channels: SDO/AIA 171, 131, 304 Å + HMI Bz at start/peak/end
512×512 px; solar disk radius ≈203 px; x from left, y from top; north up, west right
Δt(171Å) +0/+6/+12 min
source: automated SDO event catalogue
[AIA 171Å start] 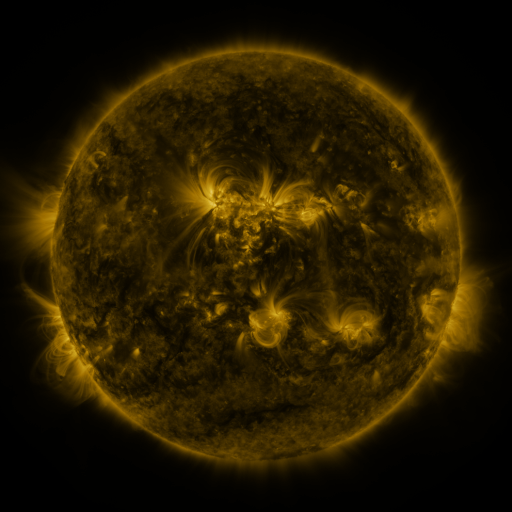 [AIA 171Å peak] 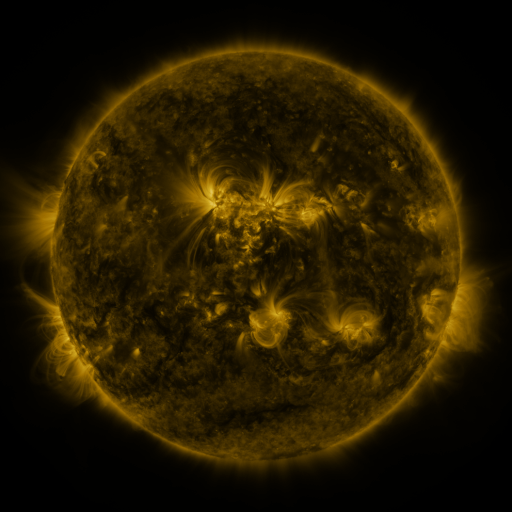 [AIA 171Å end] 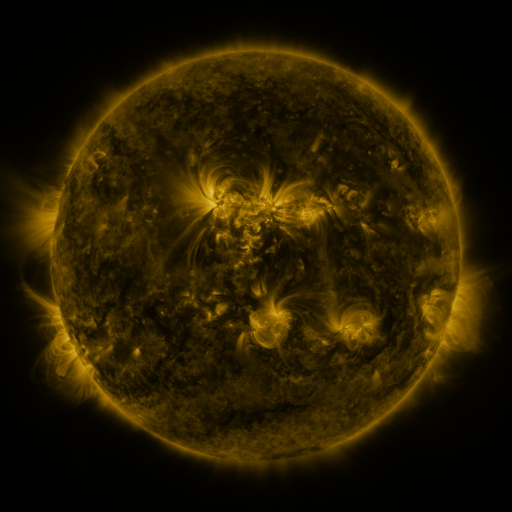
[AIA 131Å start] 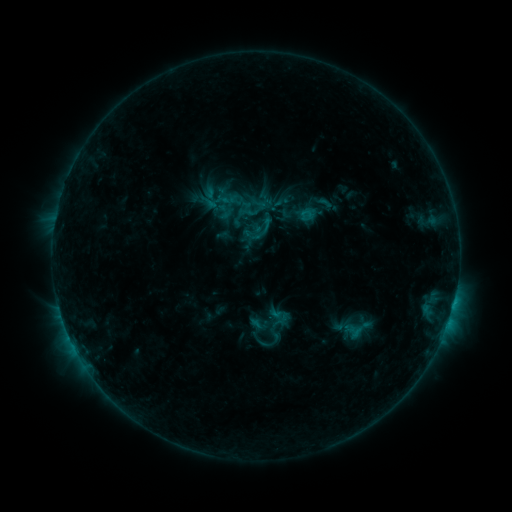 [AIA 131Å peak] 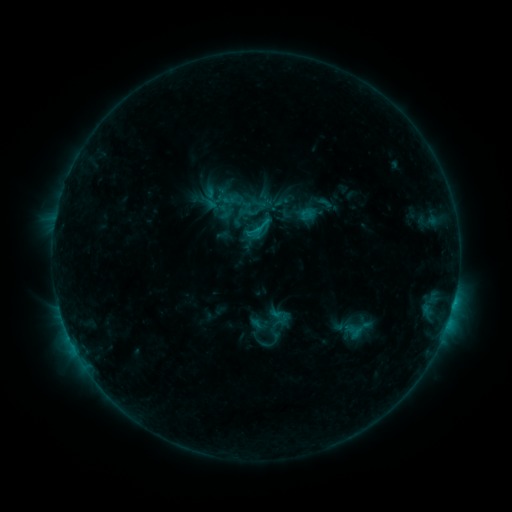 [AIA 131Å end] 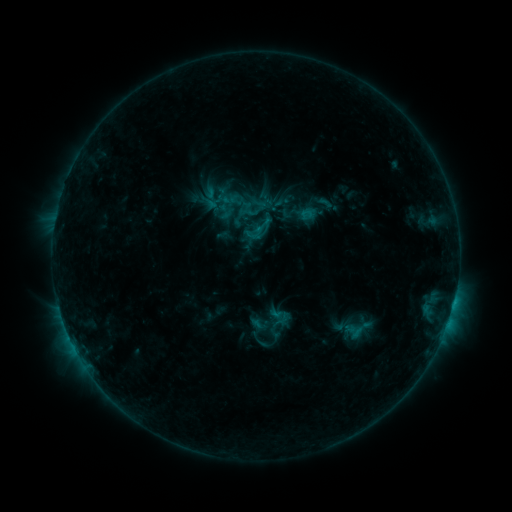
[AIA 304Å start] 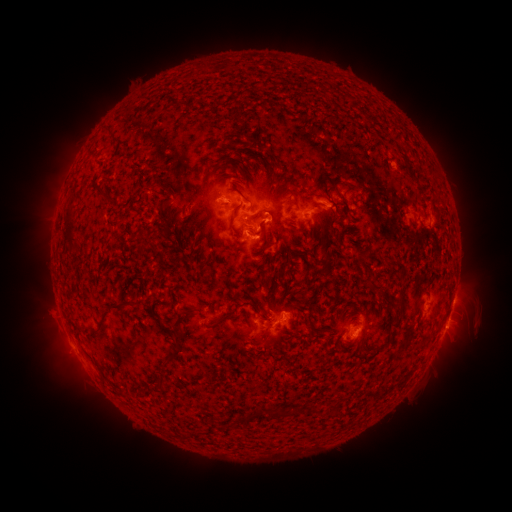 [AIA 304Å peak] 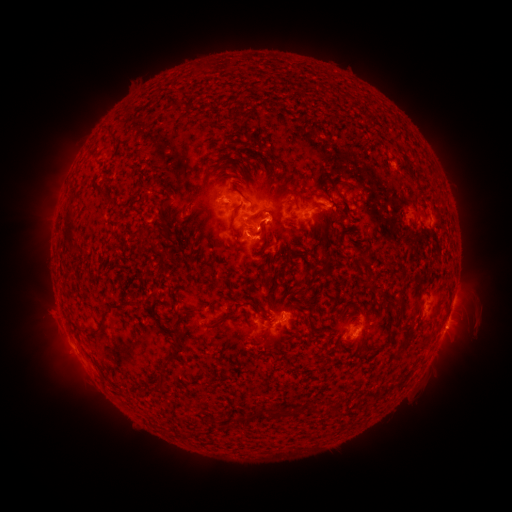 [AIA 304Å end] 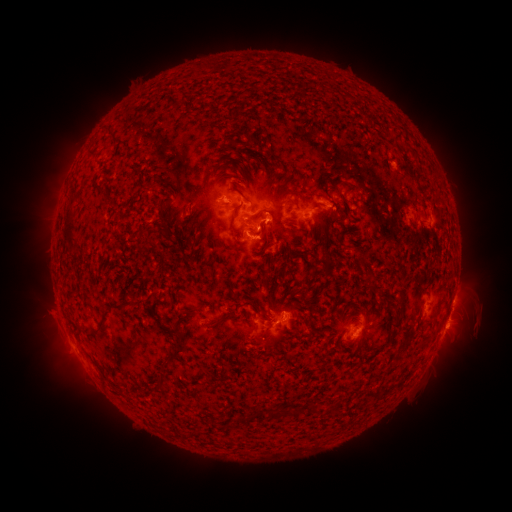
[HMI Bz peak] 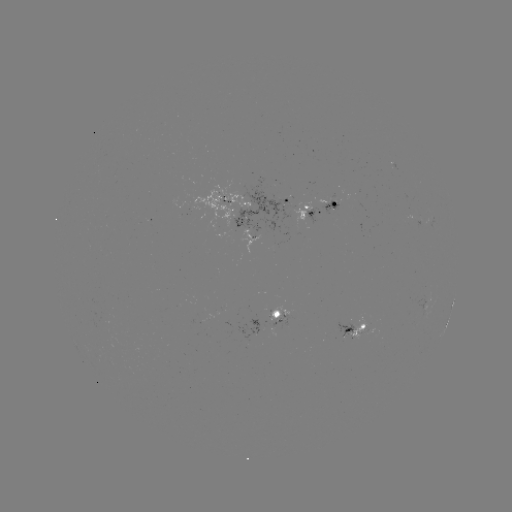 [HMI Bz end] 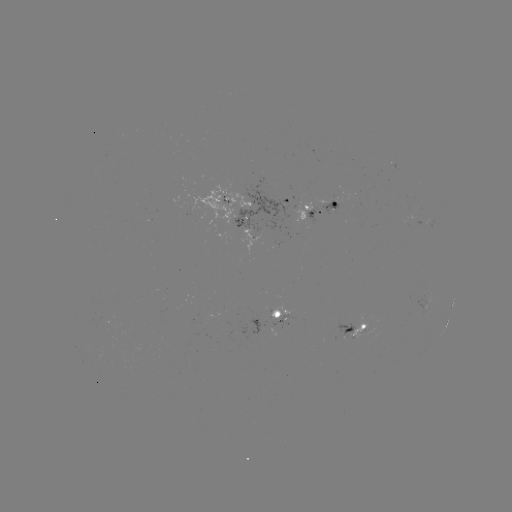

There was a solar flare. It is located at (453, 301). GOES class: C1.2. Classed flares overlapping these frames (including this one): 1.